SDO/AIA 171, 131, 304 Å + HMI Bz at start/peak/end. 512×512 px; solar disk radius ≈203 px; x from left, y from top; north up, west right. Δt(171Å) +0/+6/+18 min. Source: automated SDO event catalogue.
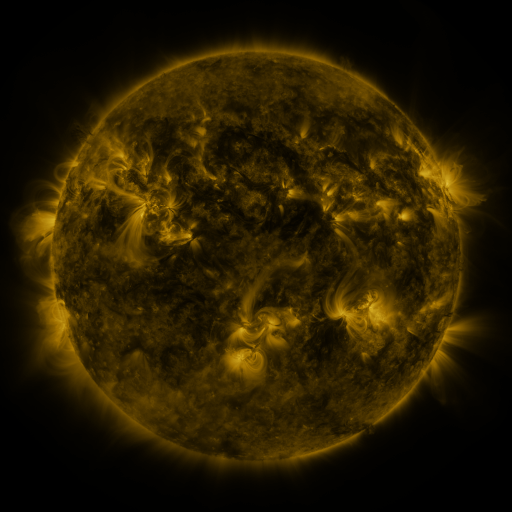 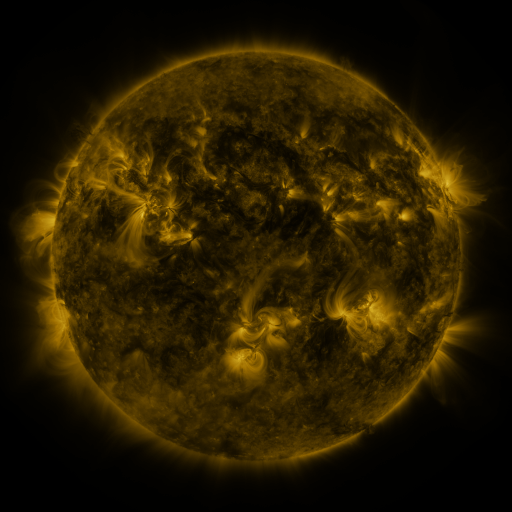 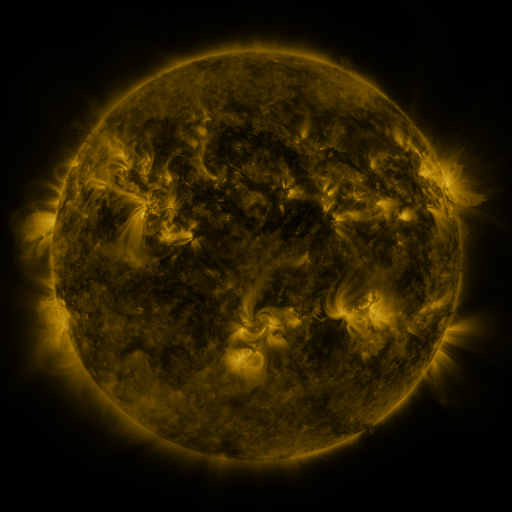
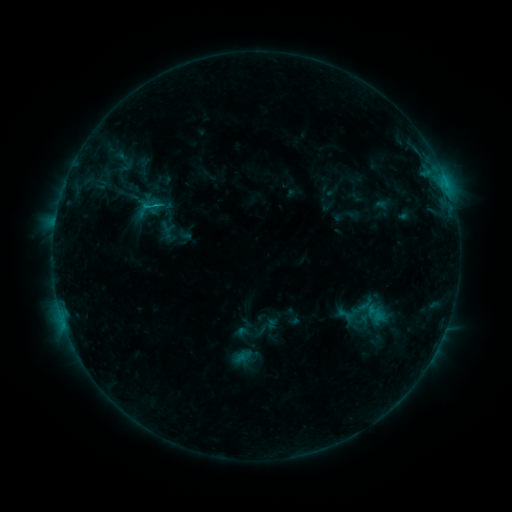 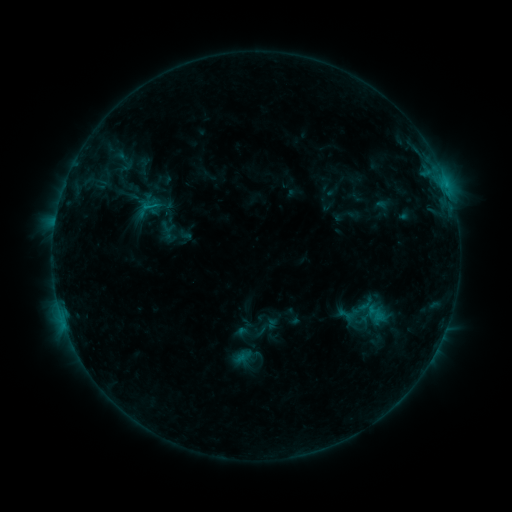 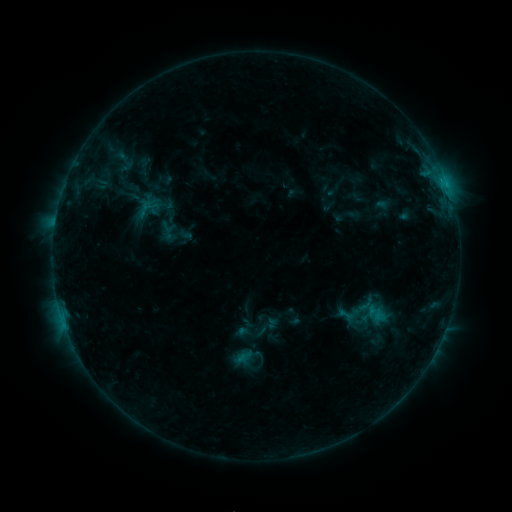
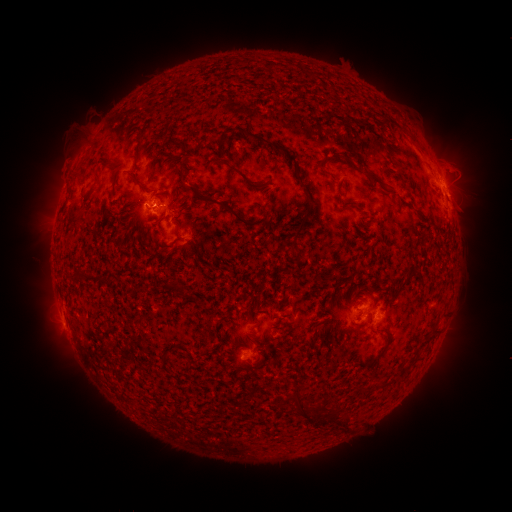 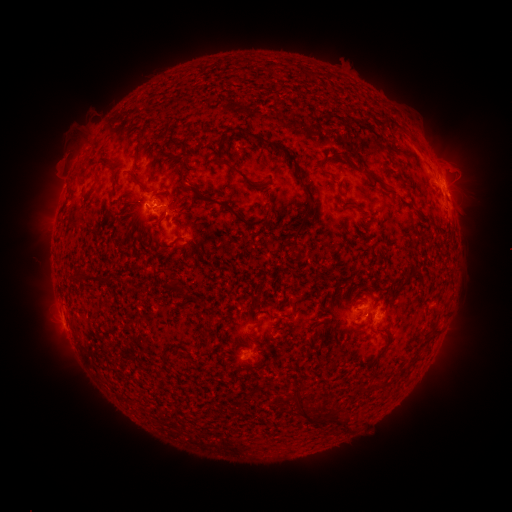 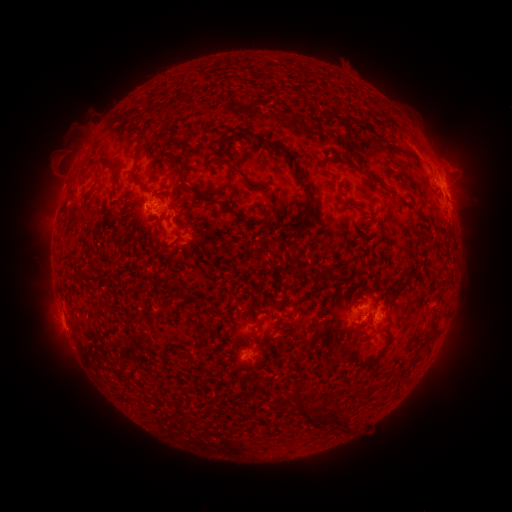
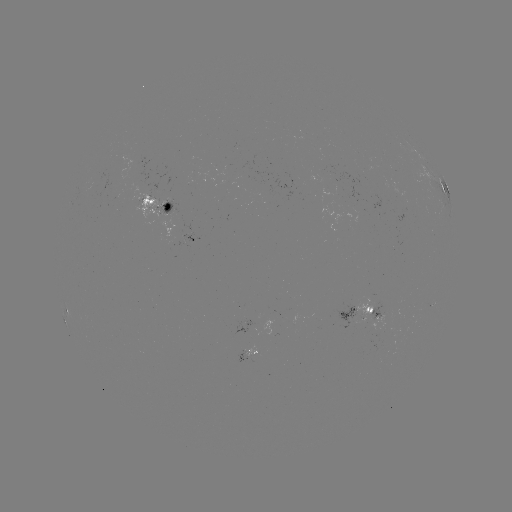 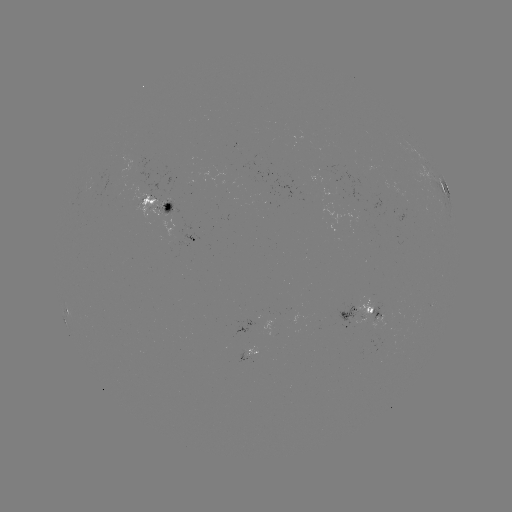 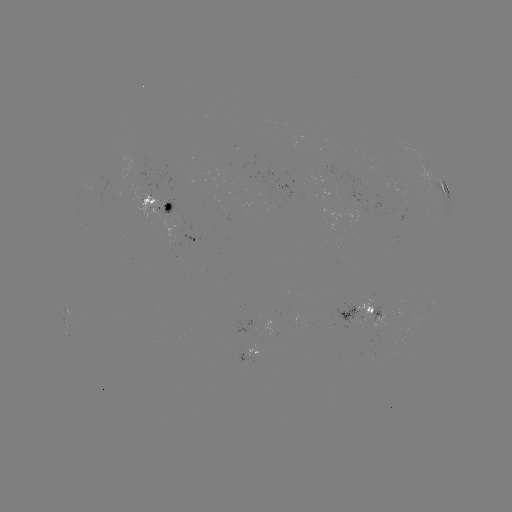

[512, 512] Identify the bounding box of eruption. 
[39, 142, 85, 185].